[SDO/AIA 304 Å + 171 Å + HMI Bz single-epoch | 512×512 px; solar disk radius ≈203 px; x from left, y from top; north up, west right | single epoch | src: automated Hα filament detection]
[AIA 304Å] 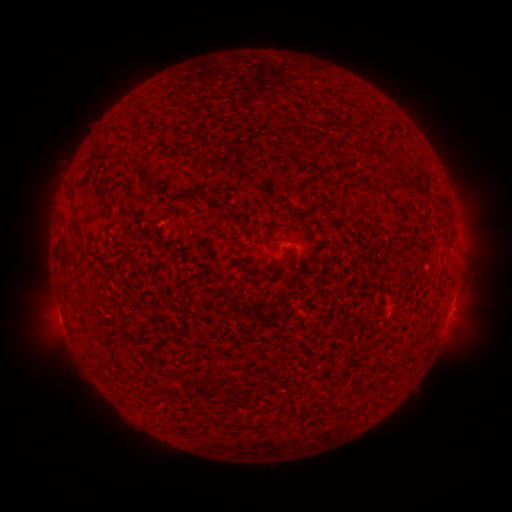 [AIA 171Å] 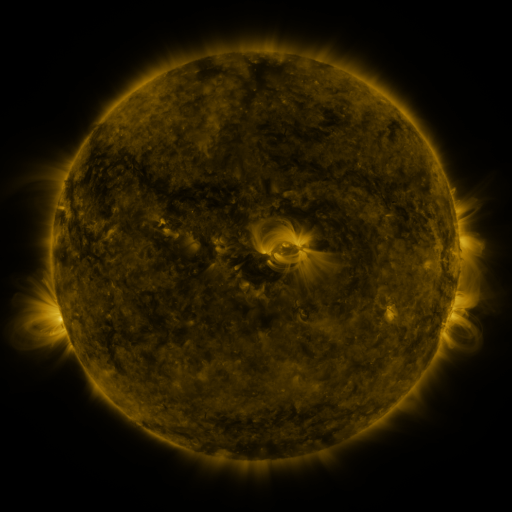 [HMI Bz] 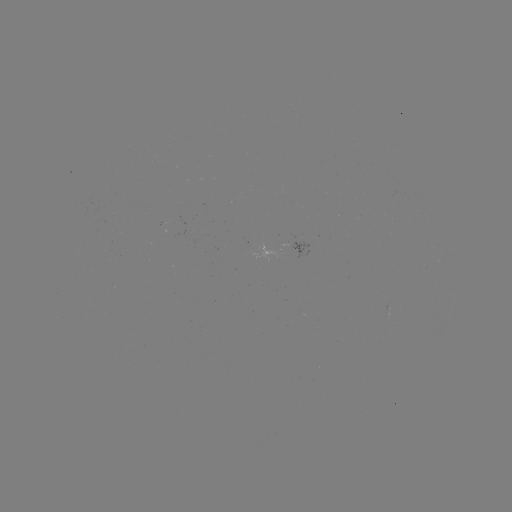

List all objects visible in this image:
filament: (286, 132)
filament: (307, 132)
filament: (140, 170)
filament: (197, 192)
filament: (393, 204)
filament: (79, 229)
filament: (273, 241)
filament: (203, 413)
